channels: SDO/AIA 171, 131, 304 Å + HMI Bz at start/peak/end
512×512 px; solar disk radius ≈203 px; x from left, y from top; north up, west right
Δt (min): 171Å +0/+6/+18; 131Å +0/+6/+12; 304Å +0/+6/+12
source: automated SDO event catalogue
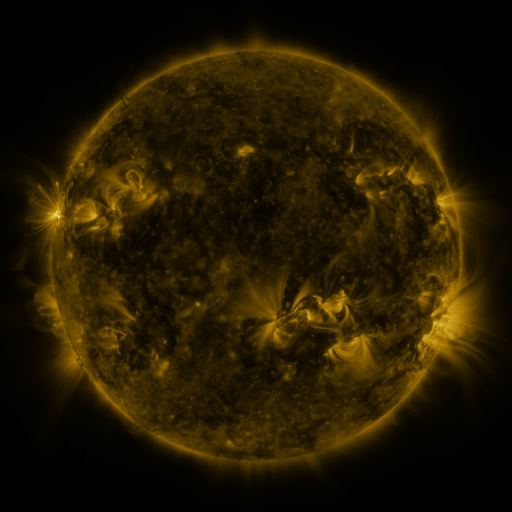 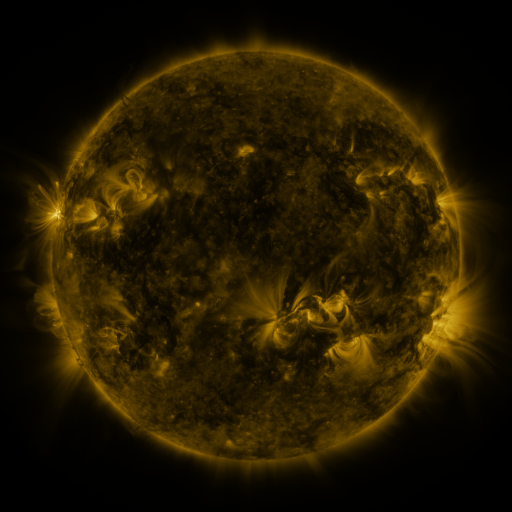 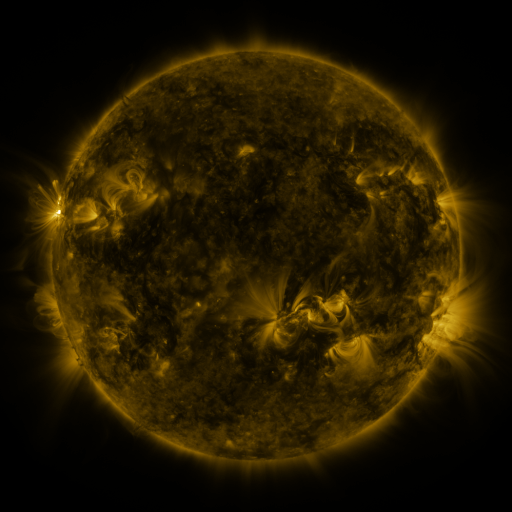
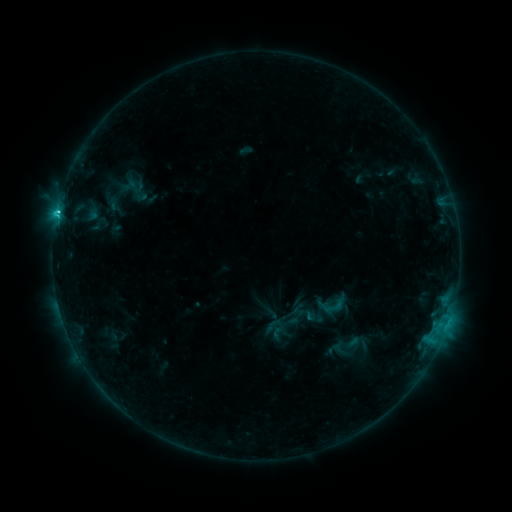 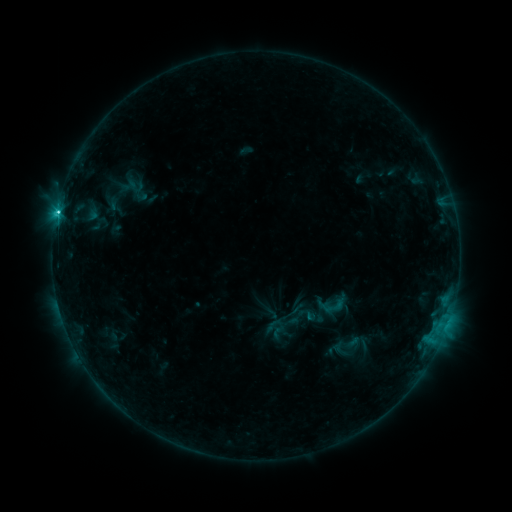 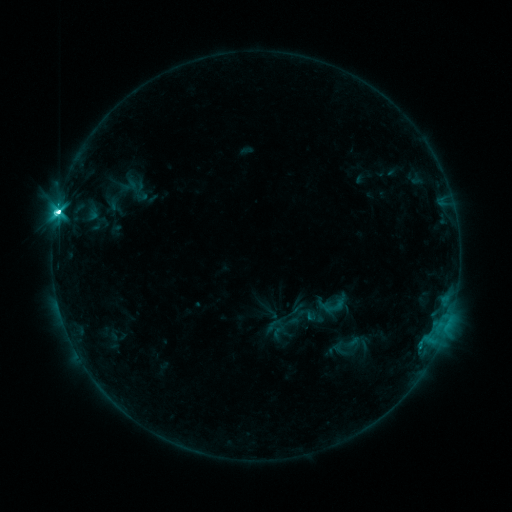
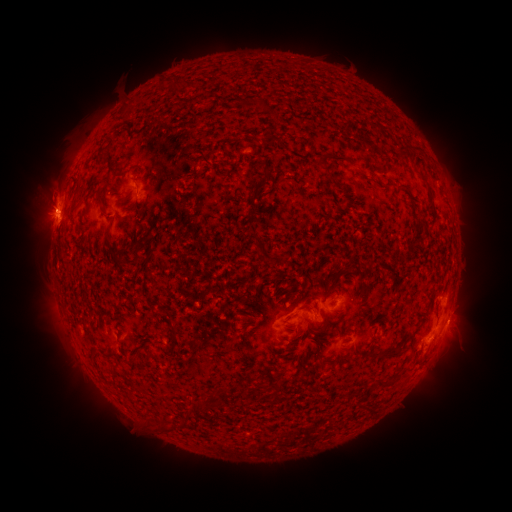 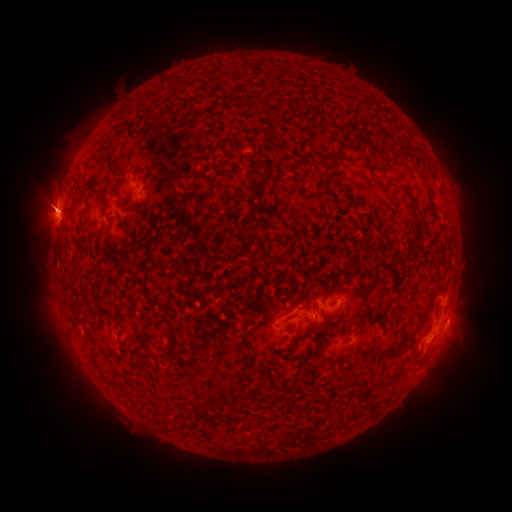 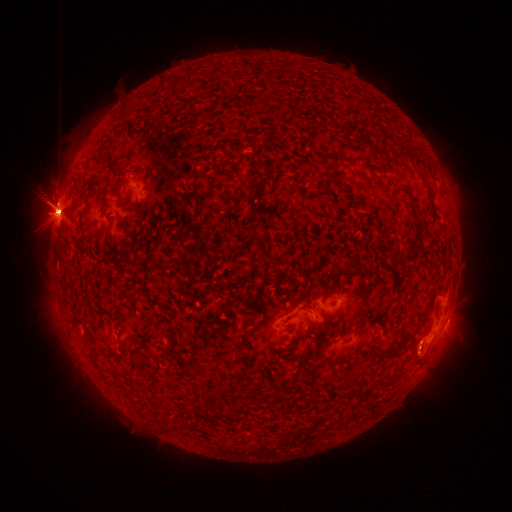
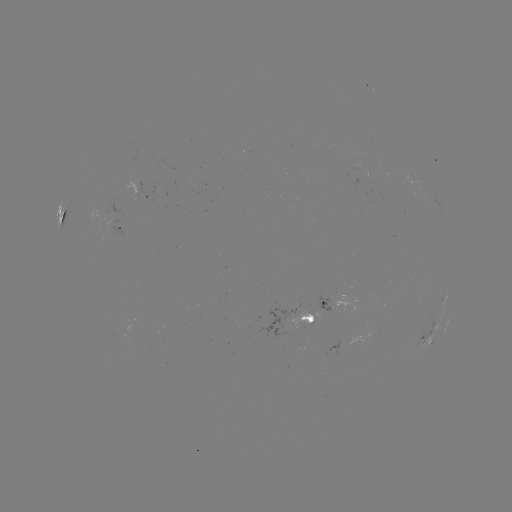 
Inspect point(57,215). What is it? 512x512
C2.7 flare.